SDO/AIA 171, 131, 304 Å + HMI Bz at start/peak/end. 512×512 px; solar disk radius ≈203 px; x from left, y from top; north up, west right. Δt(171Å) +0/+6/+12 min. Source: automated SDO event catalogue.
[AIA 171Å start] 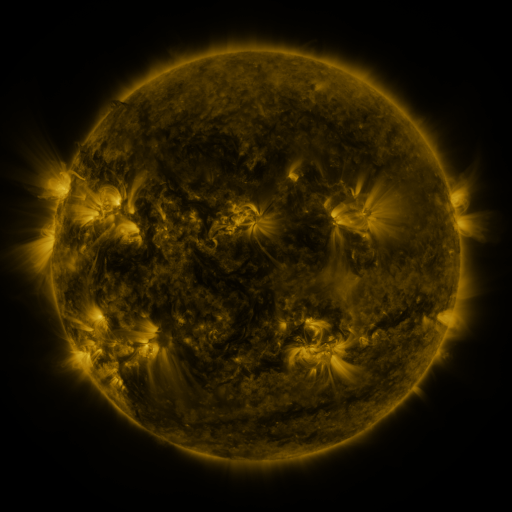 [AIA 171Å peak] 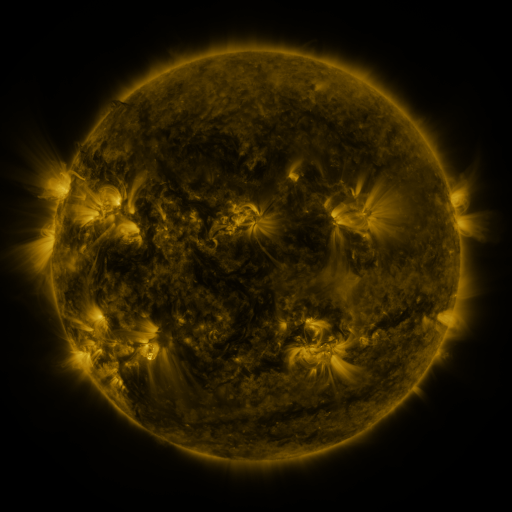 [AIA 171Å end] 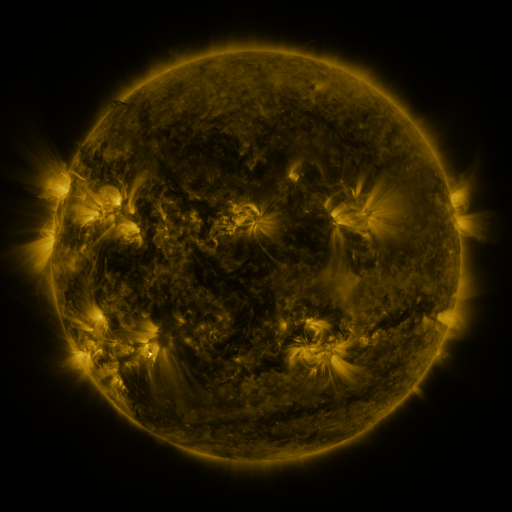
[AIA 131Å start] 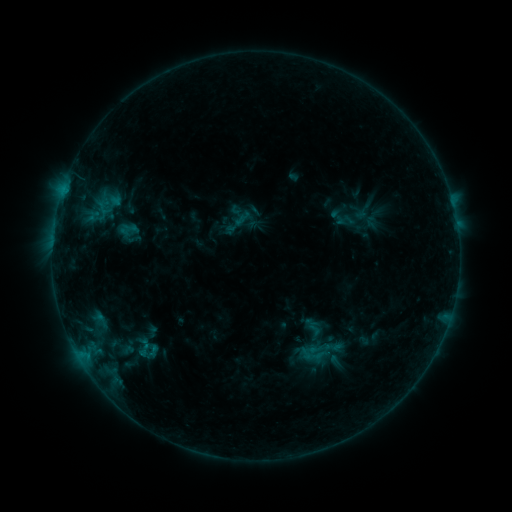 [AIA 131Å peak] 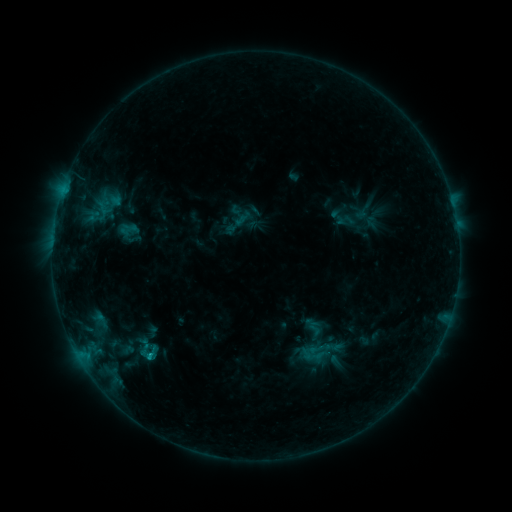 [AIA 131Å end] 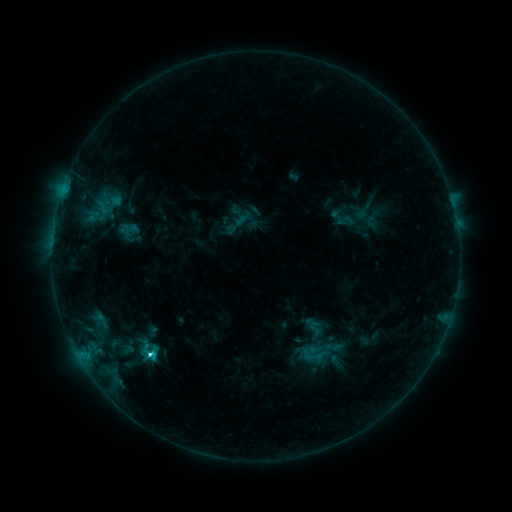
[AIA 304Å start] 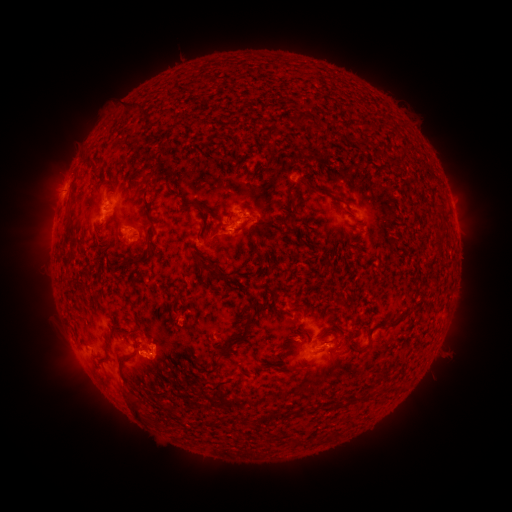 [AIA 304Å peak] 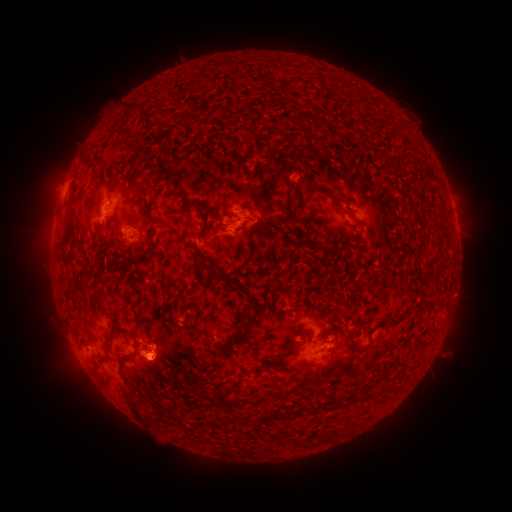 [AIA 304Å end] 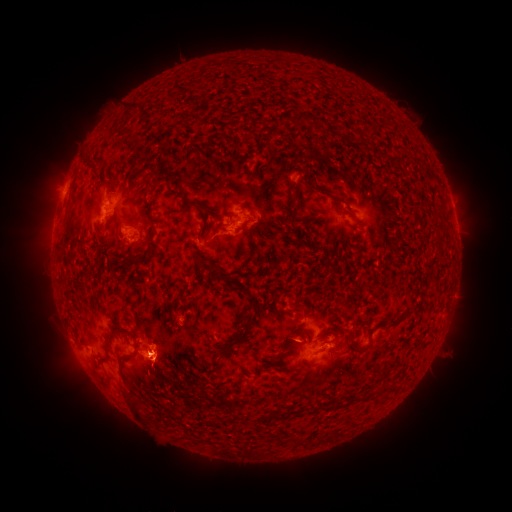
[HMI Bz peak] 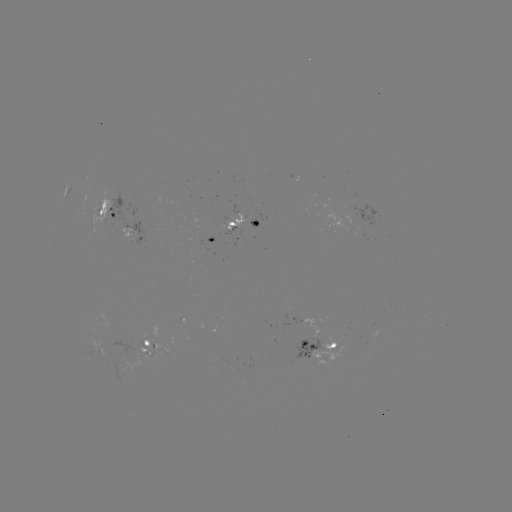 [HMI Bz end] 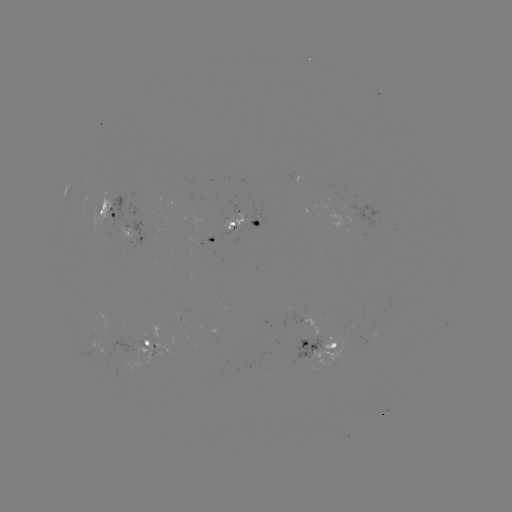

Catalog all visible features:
eruption: (157, 368)
